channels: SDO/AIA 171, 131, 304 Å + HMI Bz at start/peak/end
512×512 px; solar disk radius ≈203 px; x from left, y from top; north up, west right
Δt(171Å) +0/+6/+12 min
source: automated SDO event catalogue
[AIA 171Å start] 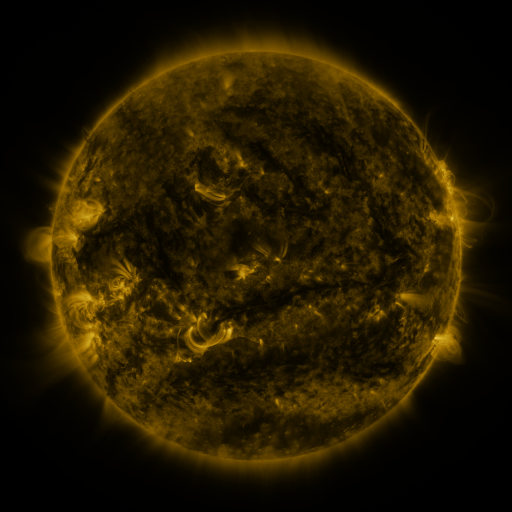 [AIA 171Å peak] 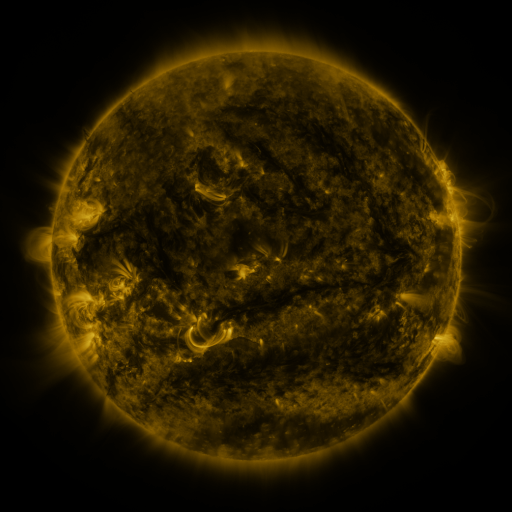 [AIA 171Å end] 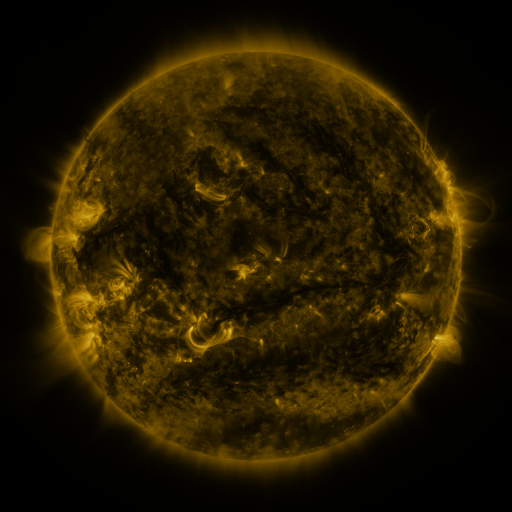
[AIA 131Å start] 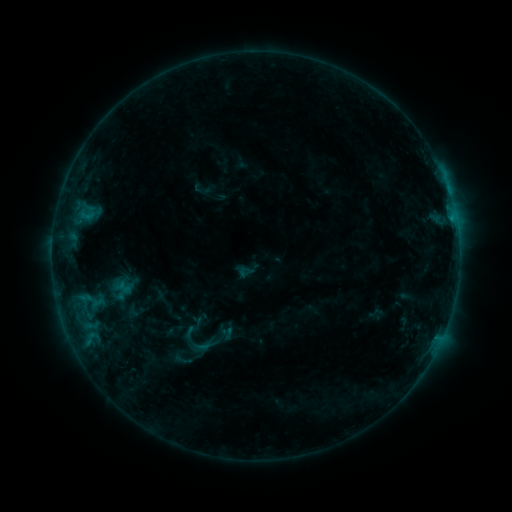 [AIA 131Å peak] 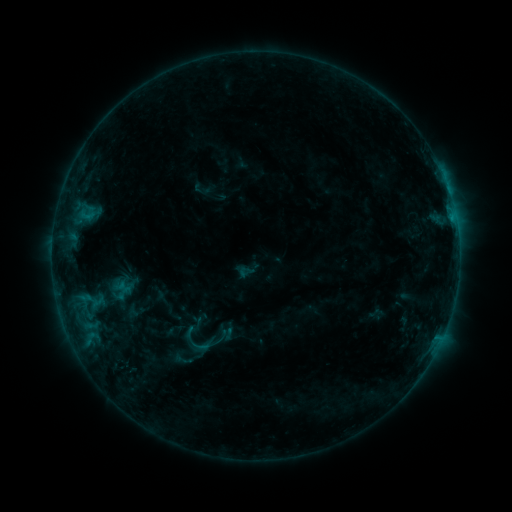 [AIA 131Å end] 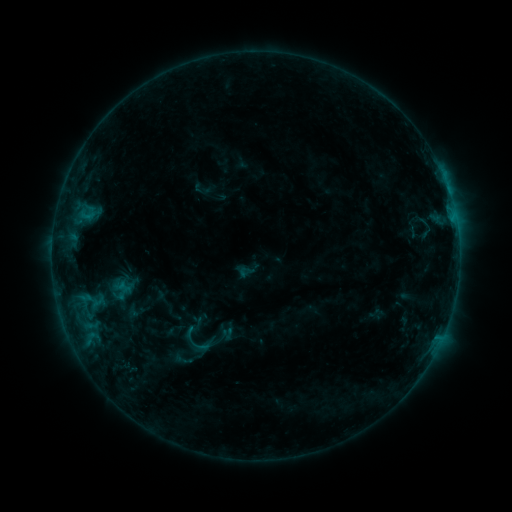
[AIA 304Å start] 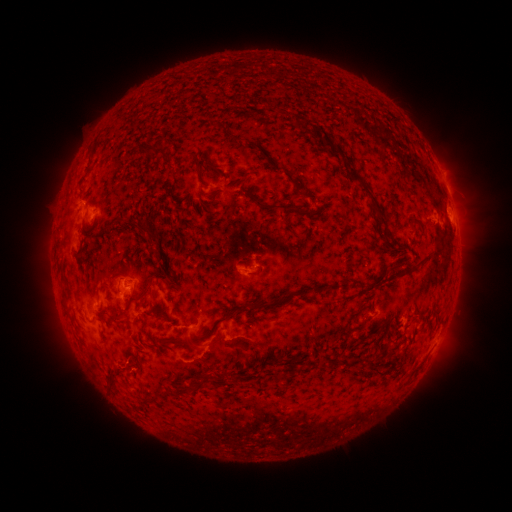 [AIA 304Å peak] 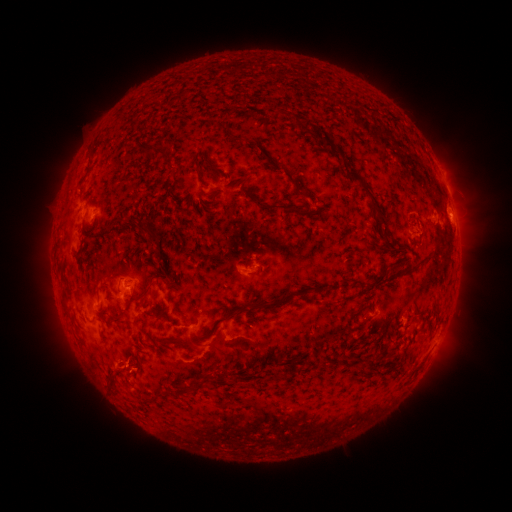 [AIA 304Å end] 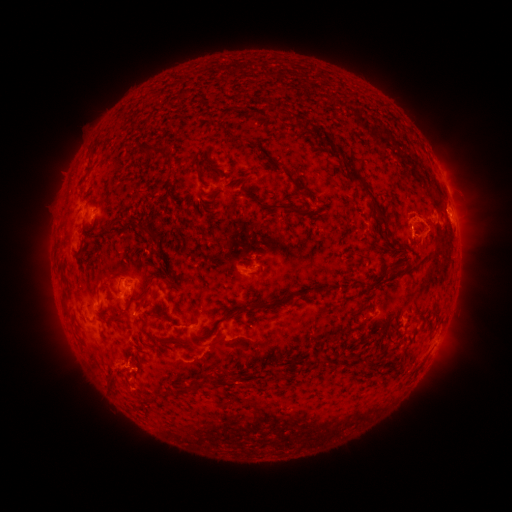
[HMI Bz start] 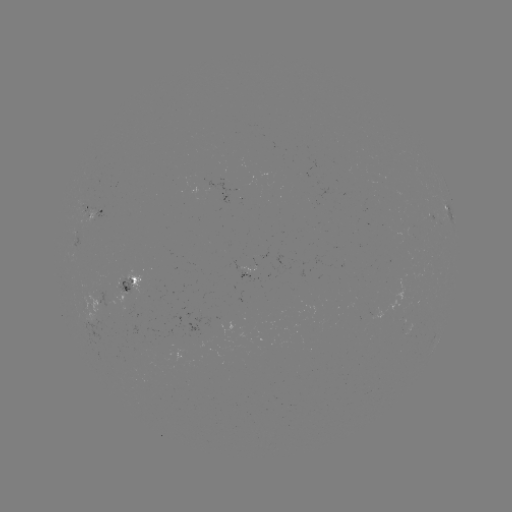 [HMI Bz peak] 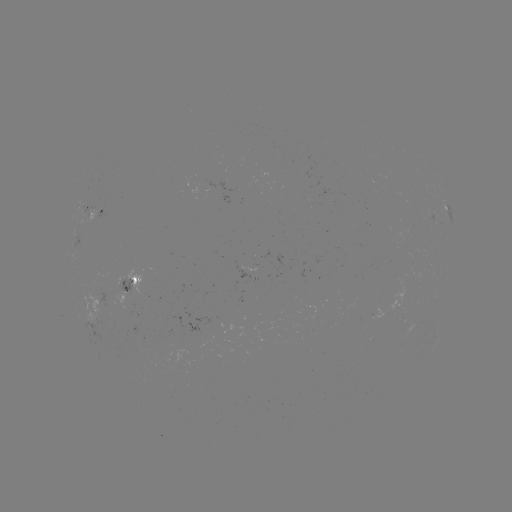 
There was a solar eruption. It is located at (422, 227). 